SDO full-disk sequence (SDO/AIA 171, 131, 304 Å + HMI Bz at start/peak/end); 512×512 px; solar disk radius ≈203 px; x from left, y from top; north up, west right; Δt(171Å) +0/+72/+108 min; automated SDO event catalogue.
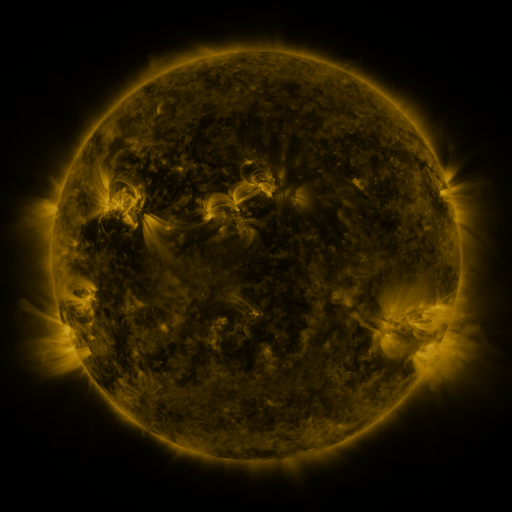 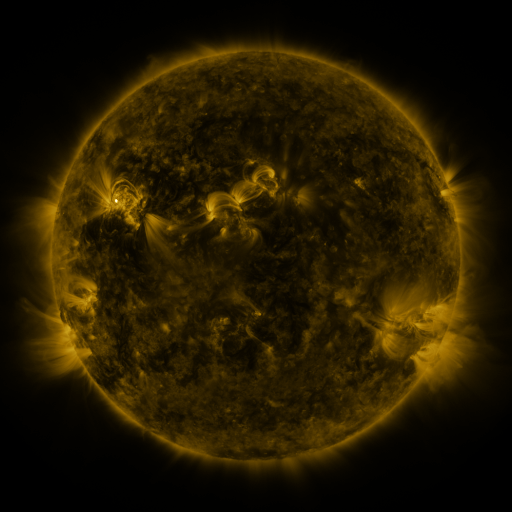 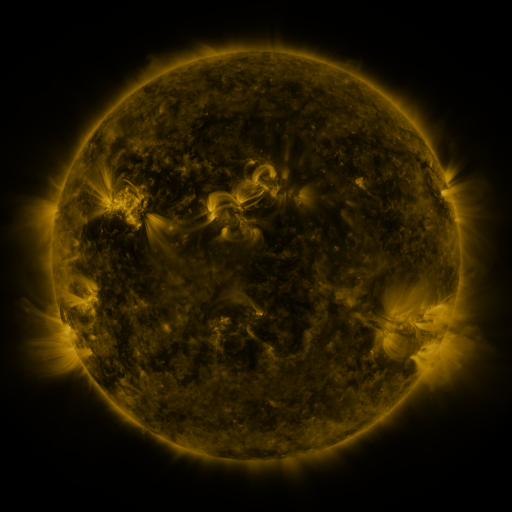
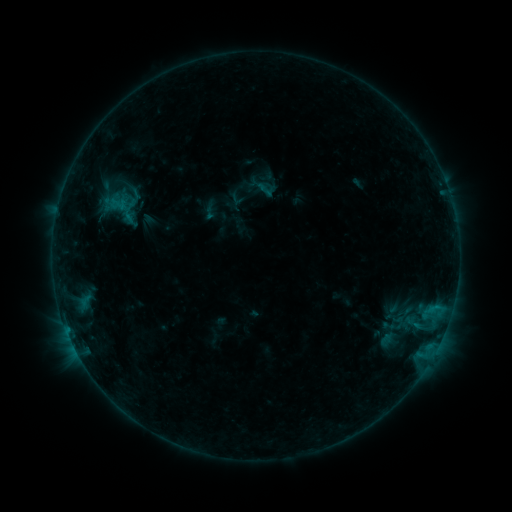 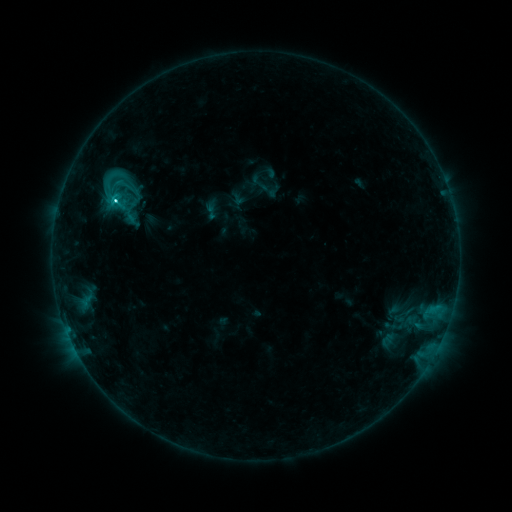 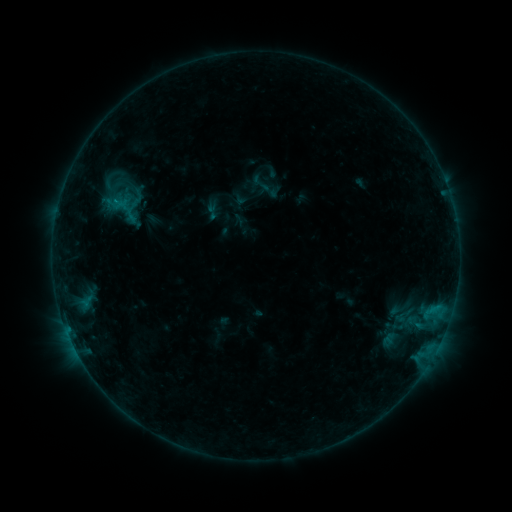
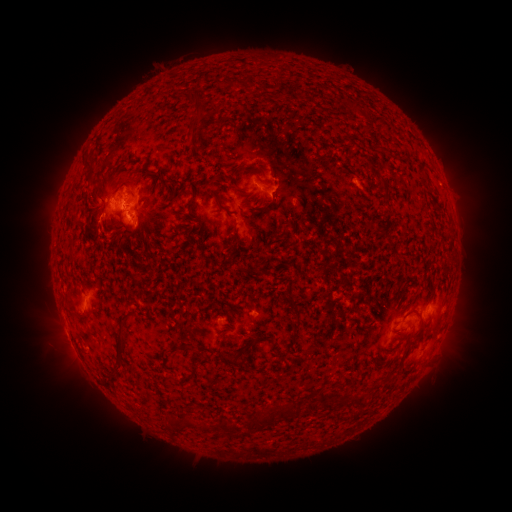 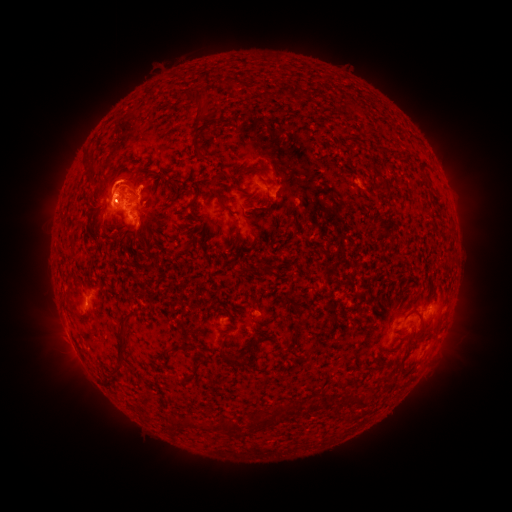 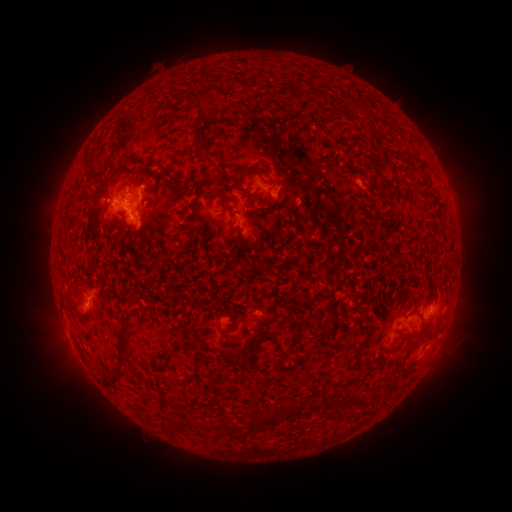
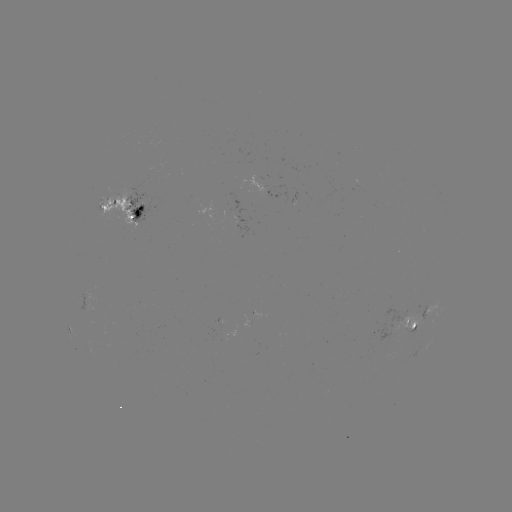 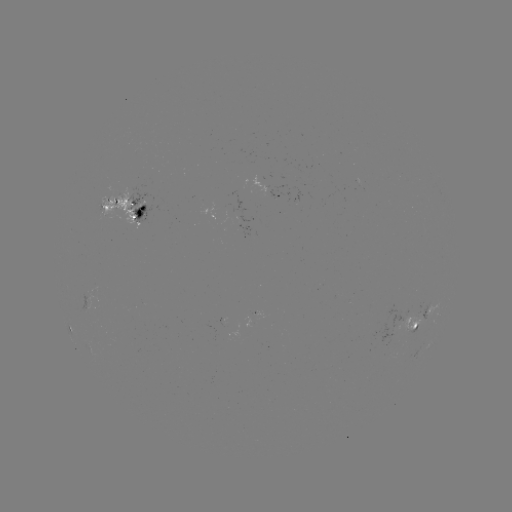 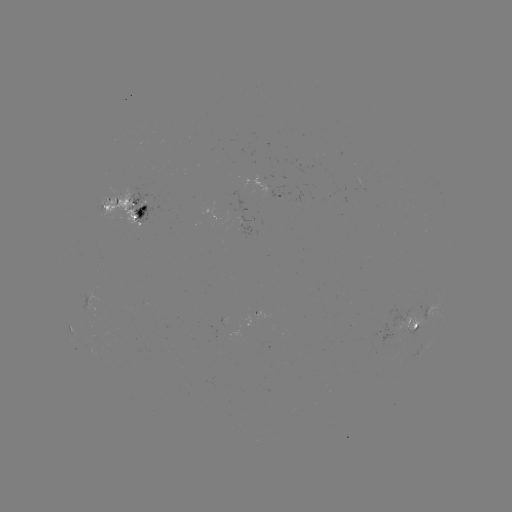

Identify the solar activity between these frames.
emerging-flux region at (240, 214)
